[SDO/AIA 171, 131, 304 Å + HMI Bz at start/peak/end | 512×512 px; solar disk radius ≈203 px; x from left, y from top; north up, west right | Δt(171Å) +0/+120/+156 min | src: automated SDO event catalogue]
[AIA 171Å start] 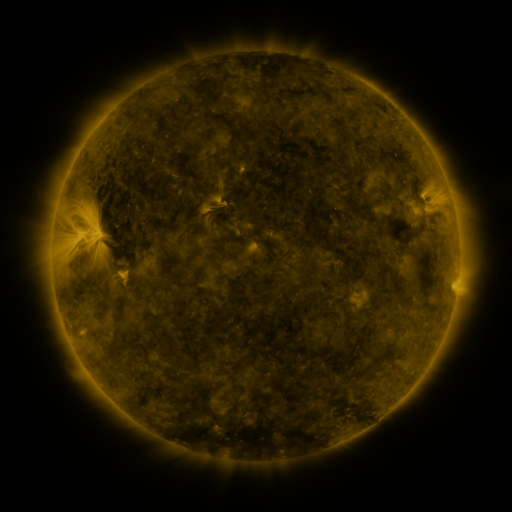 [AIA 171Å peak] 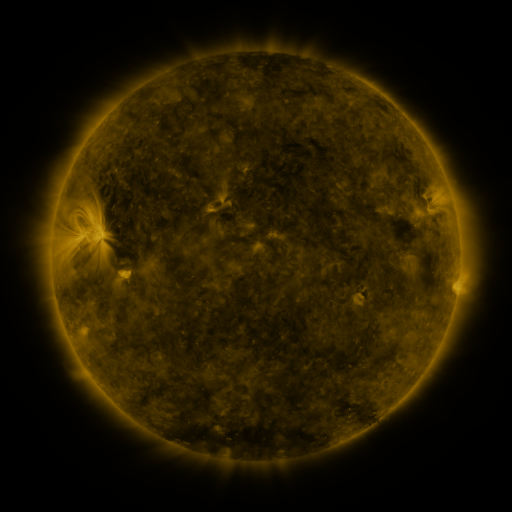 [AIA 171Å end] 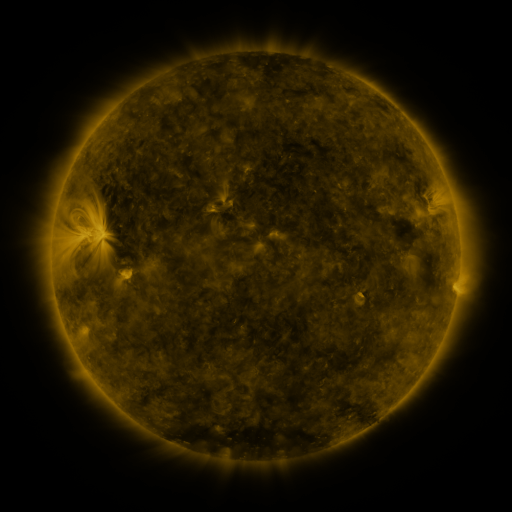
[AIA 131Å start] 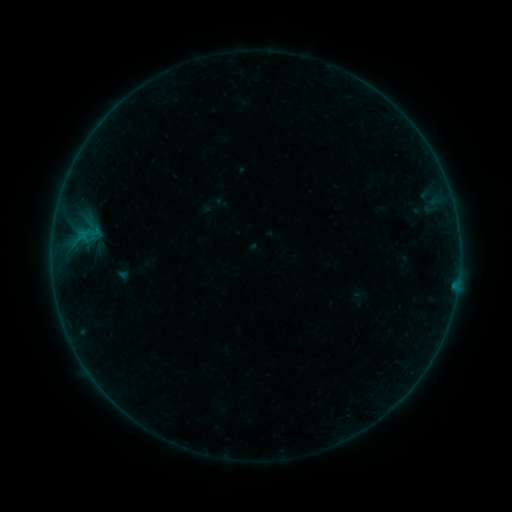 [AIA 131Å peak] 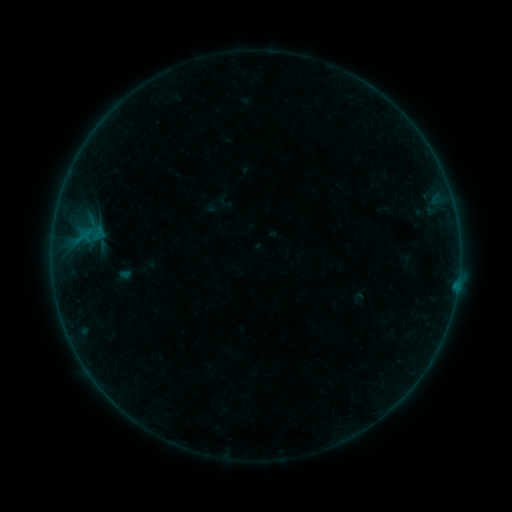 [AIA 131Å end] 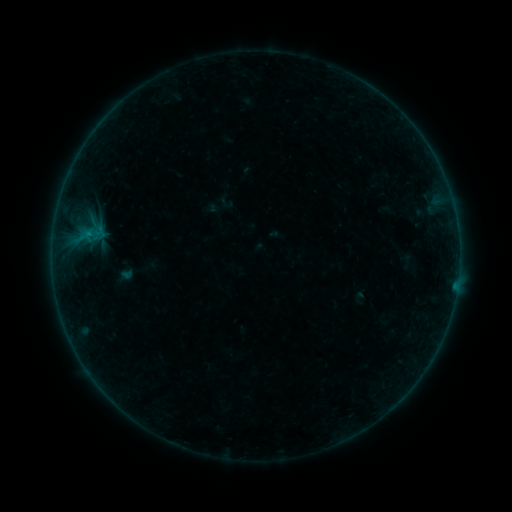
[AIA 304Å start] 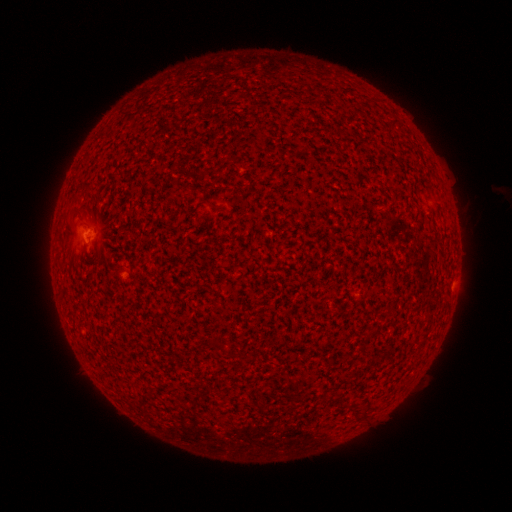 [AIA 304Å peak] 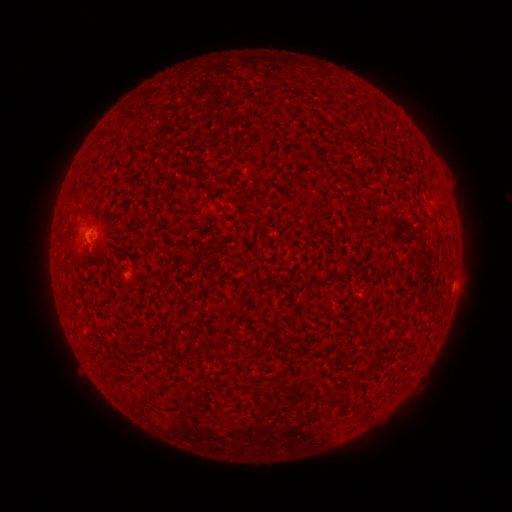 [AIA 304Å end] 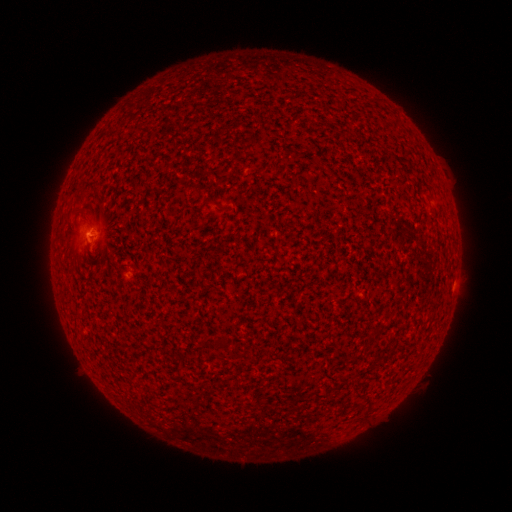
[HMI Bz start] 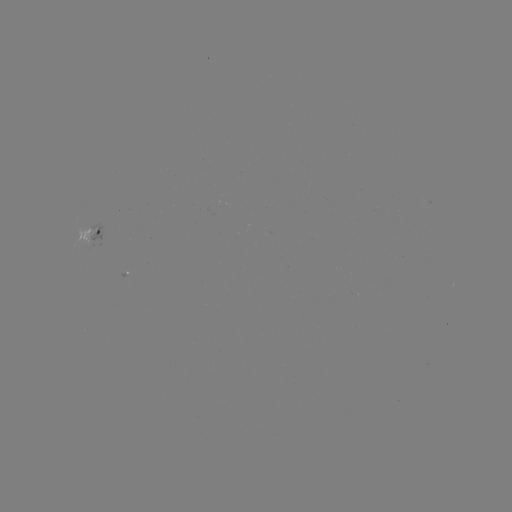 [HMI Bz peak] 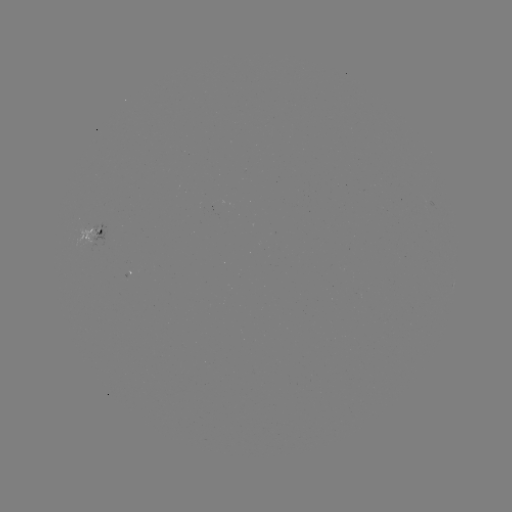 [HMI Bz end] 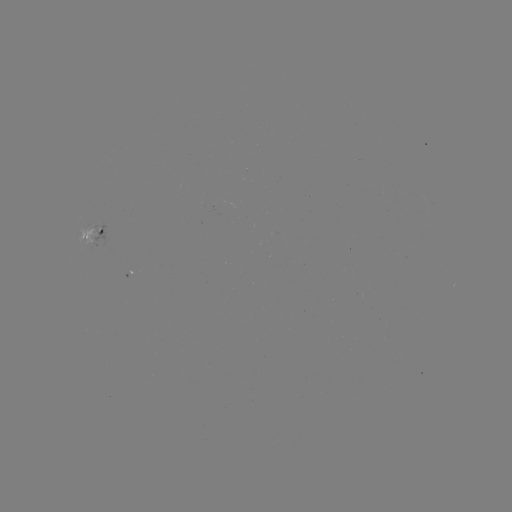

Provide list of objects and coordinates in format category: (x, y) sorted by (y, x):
emerging-flux region: (90, 240)
